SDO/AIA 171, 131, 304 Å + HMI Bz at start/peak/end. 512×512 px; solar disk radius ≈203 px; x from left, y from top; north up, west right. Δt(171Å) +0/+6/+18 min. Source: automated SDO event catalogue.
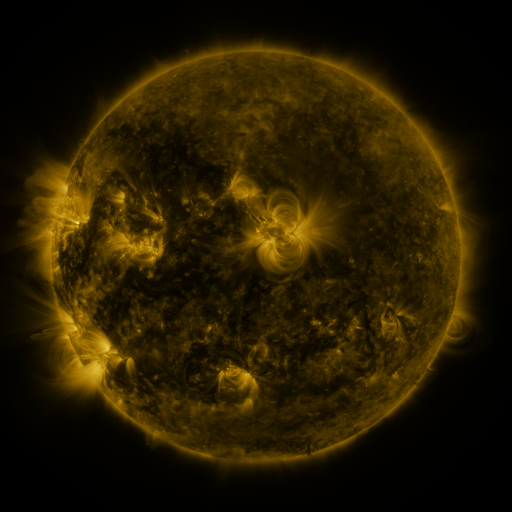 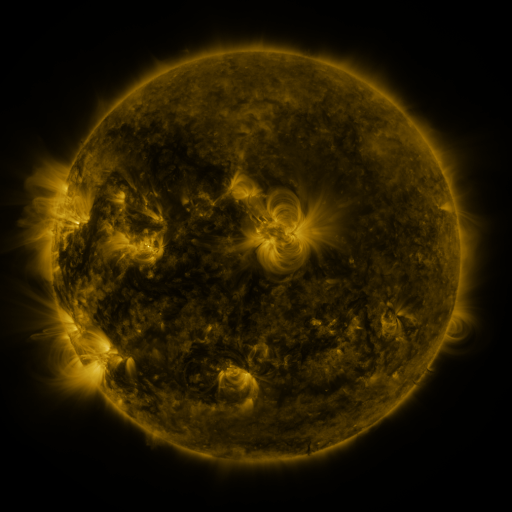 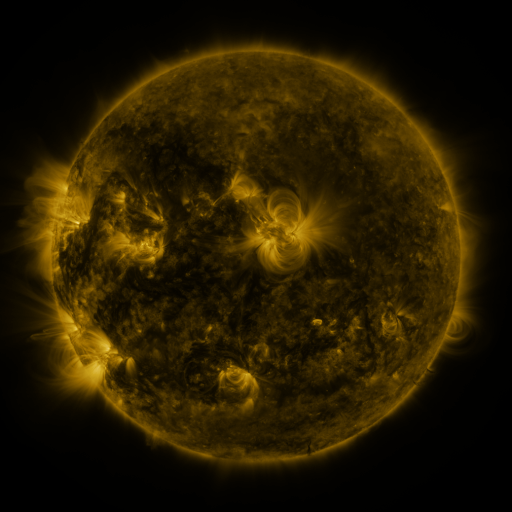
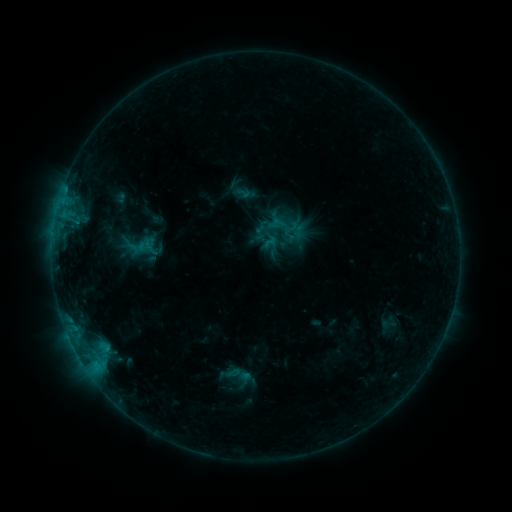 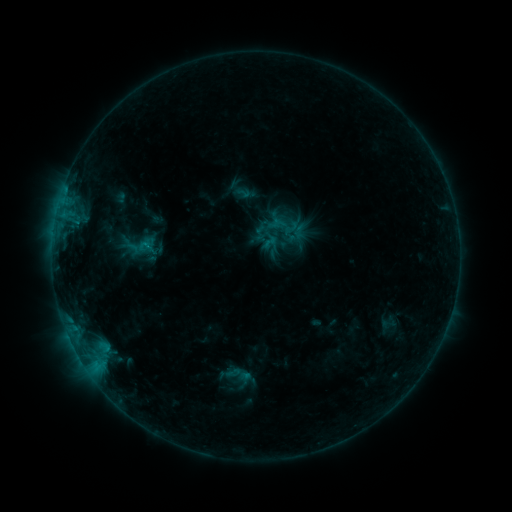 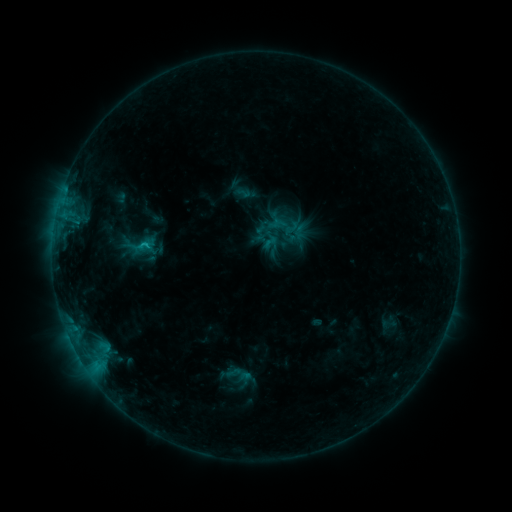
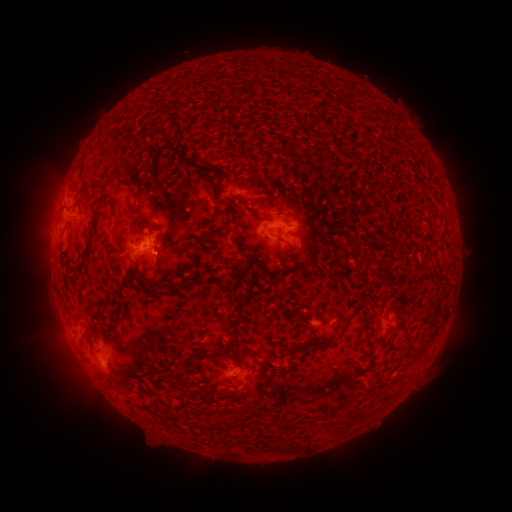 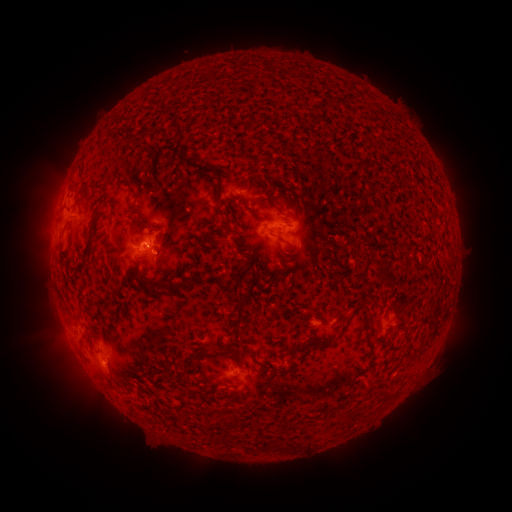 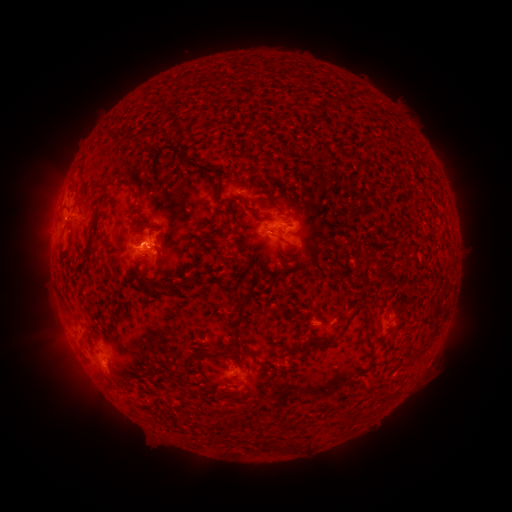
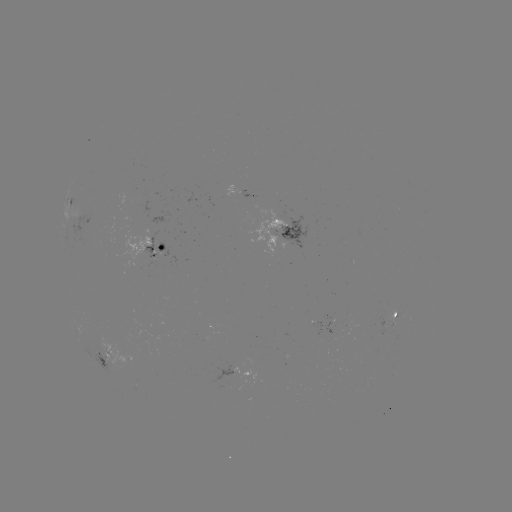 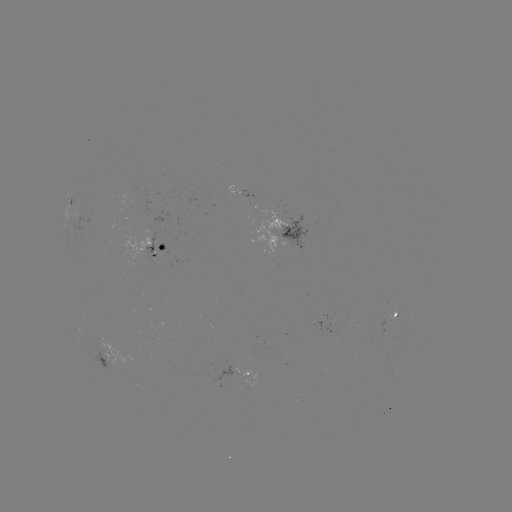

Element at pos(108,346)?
C1.8 flare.